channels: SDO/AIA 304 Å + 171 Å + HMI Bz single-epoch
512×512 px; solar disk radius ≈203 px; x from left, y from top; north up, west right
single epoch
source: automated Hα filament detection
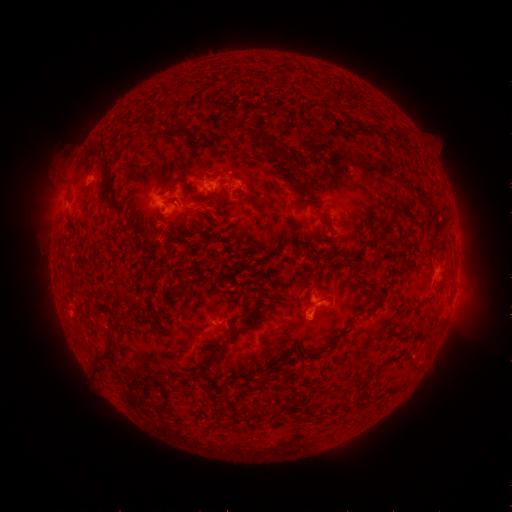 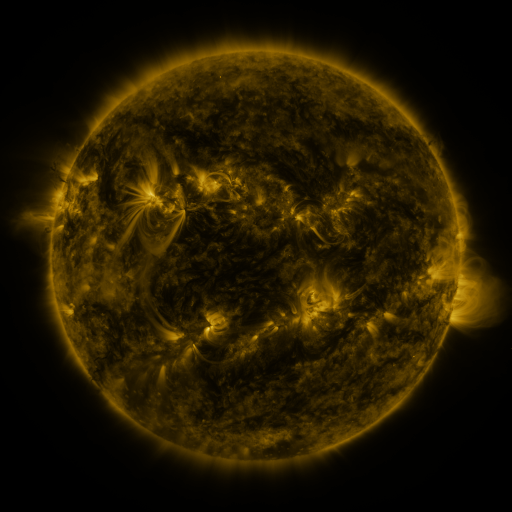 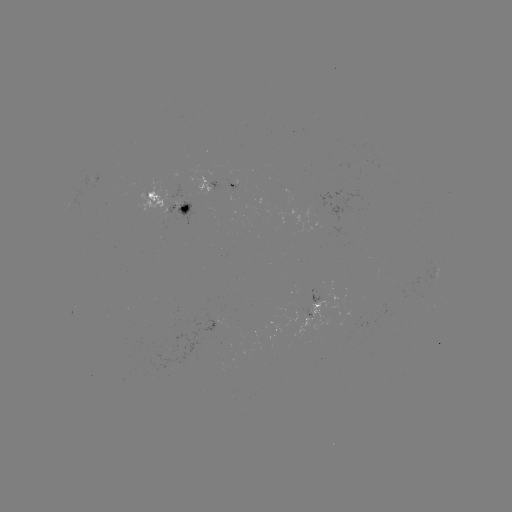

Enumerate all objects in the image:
filament: (251, 139)
filament: (267, 146)
filament: (106, 157)
filament: (304, 191)
filament: (105, 192)
filament: (324, 218)
filament: (209, 219)
filament: (185, 276)
filament: (124, 294)
filament: (402, 339)
filament: (107, 353)
filament: (360, 381)
filament: (342, 390)
filament: (273, 410)
